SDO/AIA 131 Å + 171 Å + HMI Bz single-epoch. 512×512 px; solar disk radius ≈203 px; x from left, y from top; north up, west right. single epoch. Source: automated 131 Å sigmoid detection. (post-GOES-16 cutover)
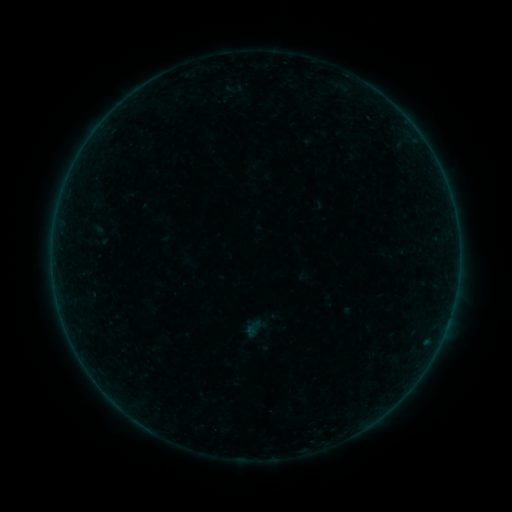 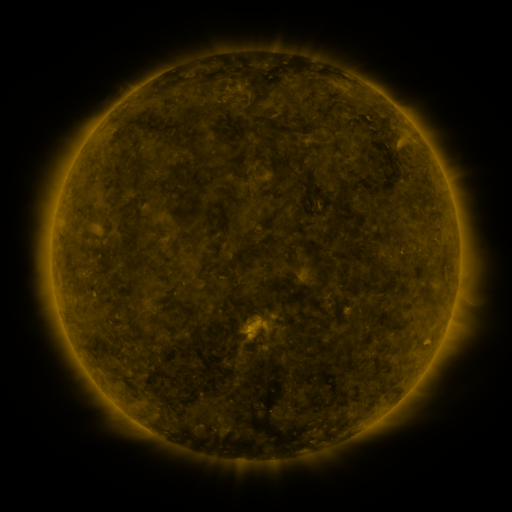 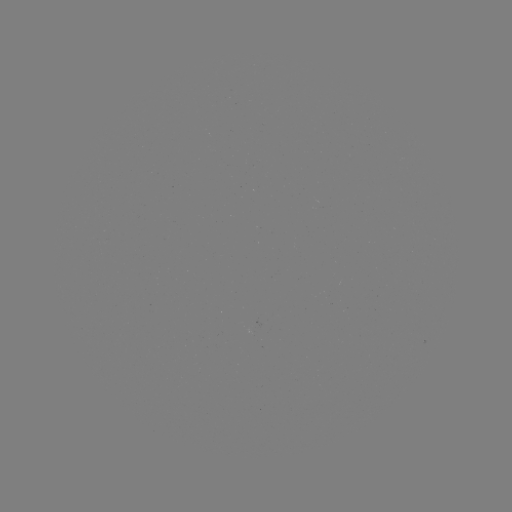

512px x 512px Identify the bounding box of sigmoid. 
[242, 318, 264, 339].